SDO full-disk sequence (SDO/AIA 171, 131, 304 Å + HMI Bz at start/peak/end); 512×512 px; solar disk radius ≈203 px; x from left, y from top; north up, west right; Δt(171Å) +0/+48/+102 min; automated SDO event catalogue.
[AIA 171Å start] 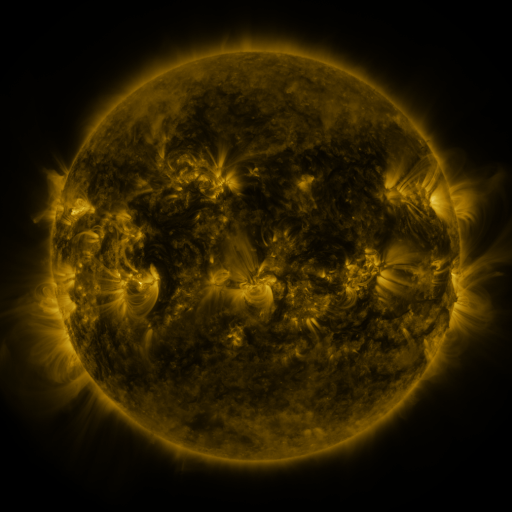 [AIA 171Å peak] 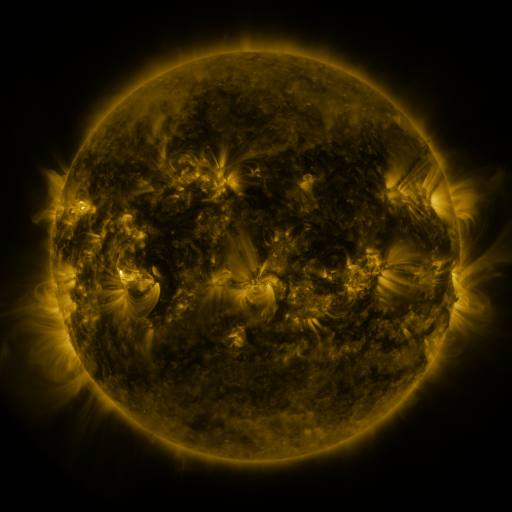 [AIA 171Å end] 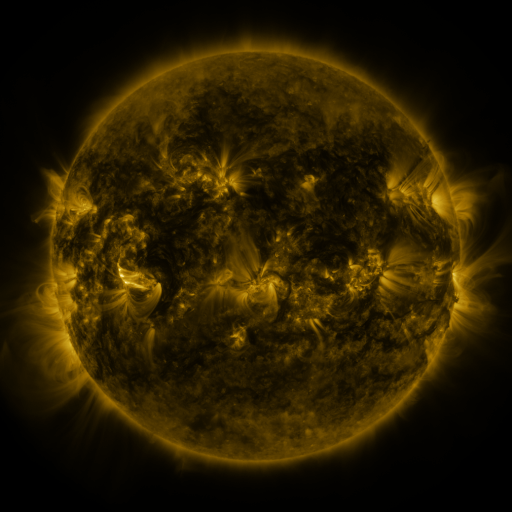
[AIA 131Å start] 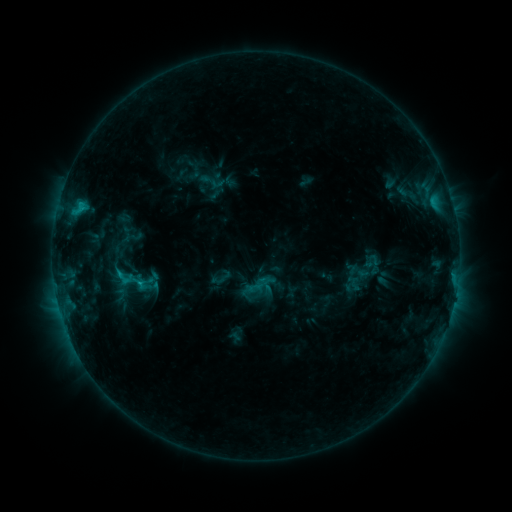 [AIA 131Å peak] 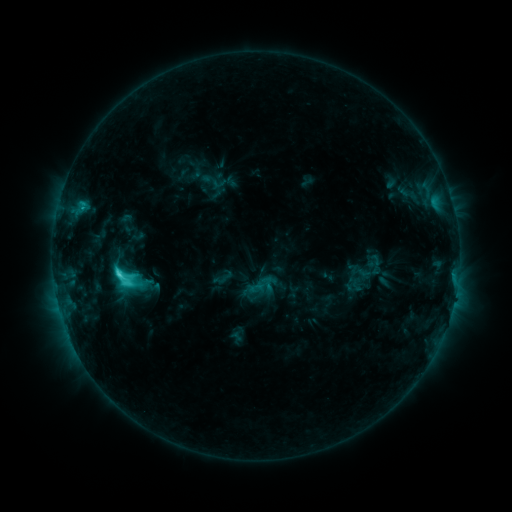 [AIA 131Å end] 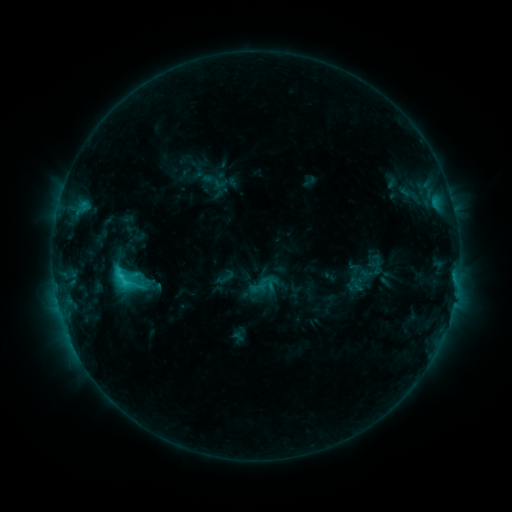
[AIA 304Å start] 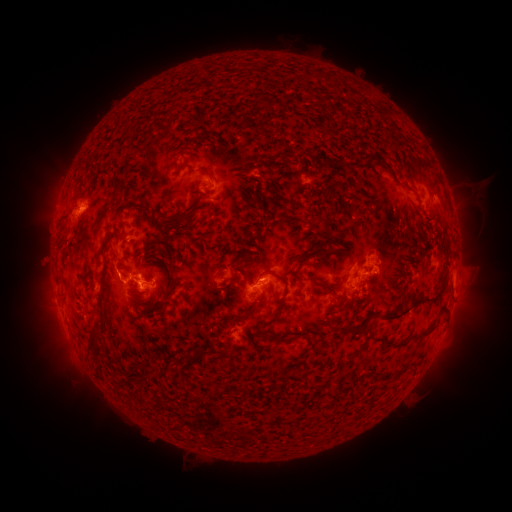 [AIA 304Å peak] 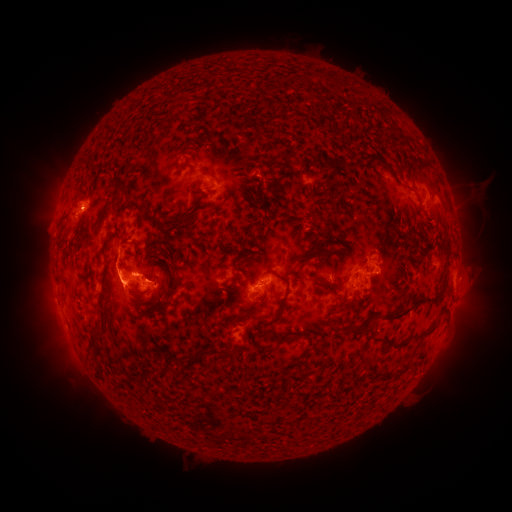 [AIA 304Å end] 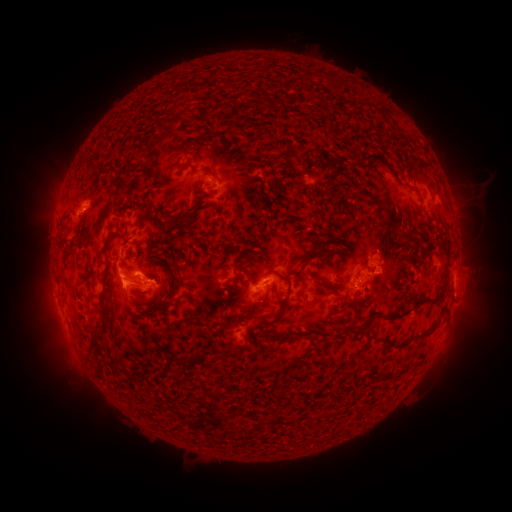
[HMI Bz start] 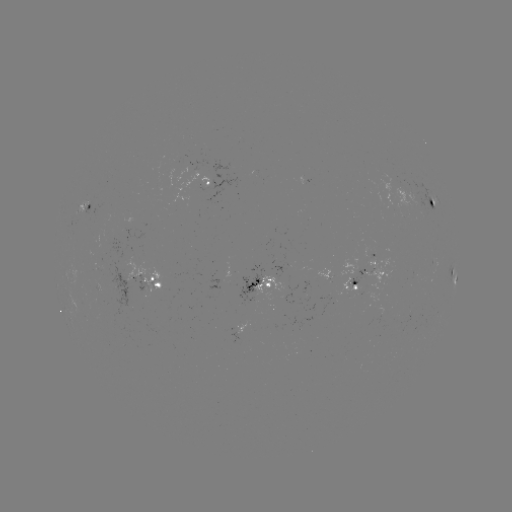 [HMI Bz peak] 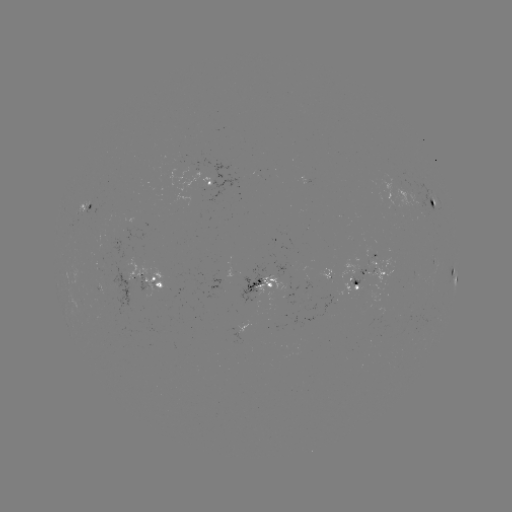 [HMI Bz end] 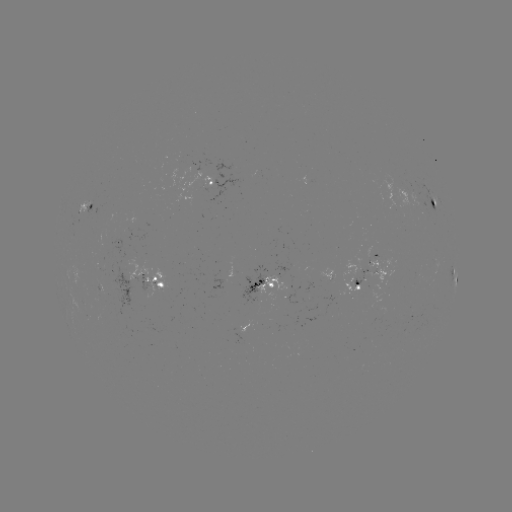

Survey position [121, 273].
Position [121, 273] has C5.0 flare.